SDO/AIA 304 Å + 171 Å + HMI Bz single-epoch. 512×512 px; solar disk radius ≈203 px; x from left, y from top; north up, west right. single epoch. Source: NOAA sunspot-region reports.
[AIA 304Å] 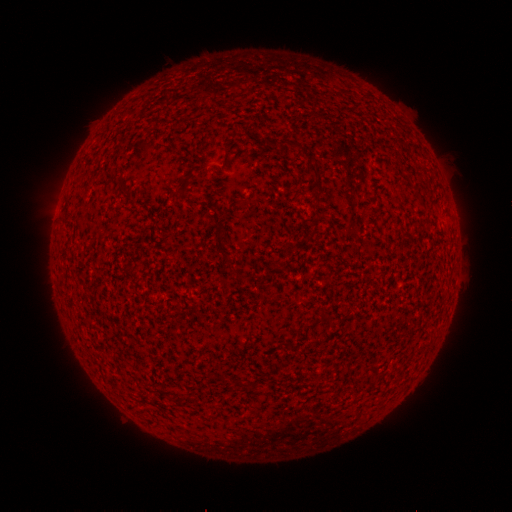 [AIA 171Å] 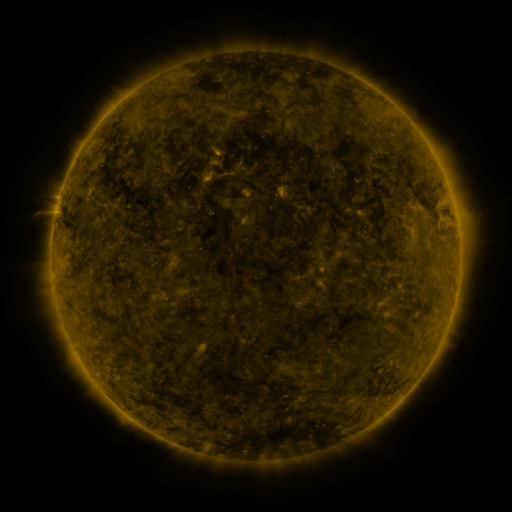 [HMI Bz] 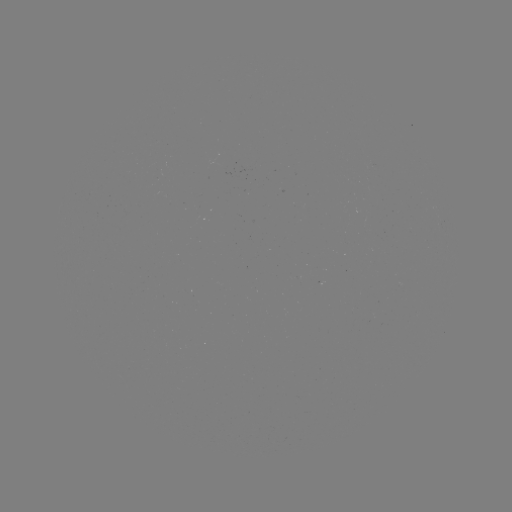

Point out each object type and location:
(none)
